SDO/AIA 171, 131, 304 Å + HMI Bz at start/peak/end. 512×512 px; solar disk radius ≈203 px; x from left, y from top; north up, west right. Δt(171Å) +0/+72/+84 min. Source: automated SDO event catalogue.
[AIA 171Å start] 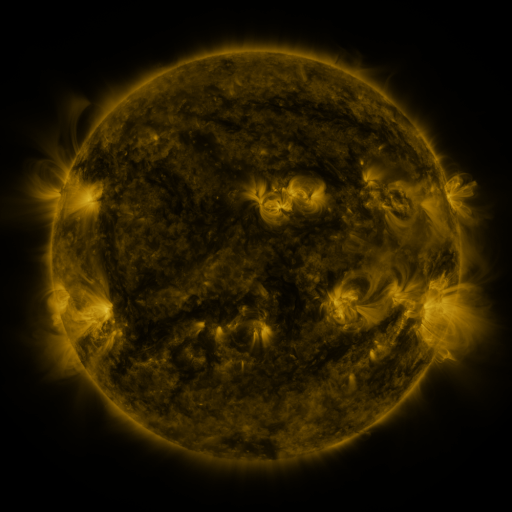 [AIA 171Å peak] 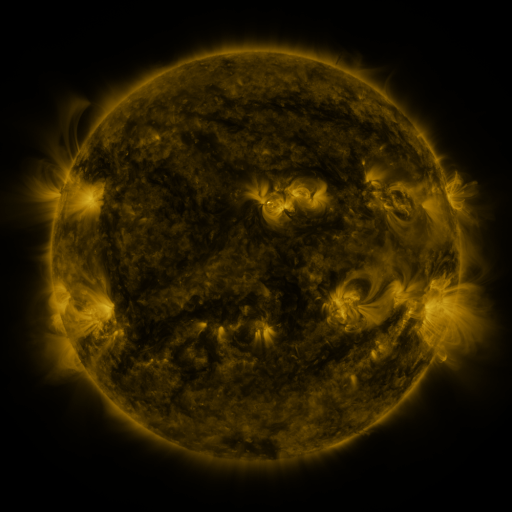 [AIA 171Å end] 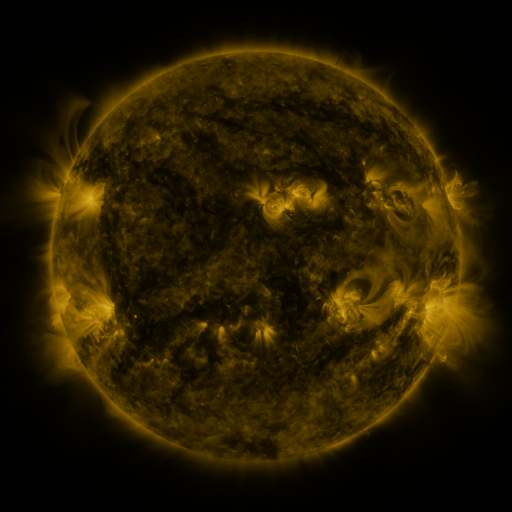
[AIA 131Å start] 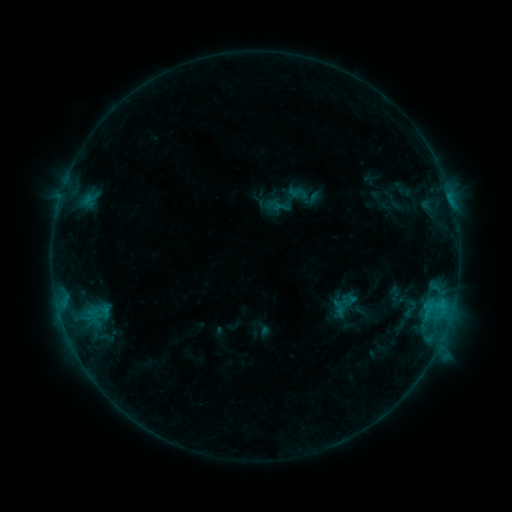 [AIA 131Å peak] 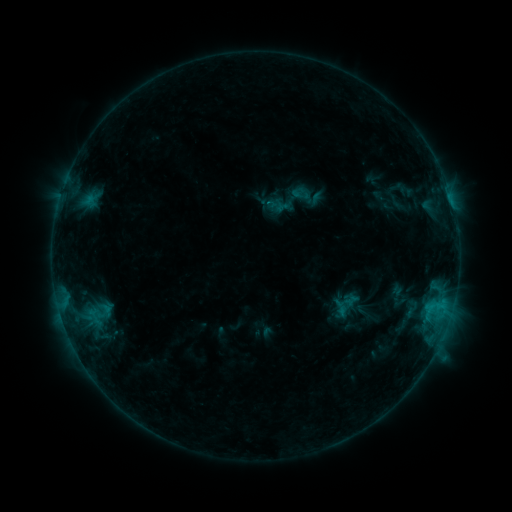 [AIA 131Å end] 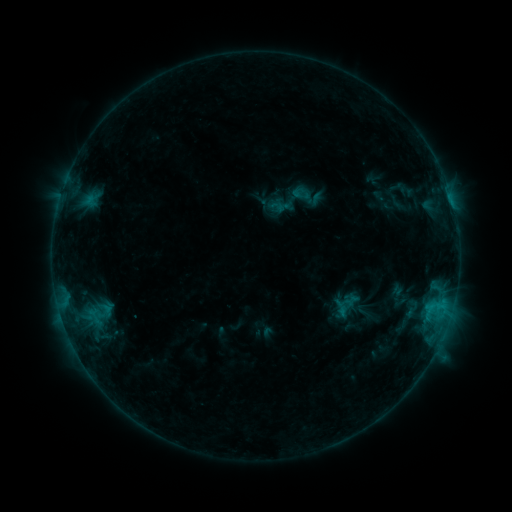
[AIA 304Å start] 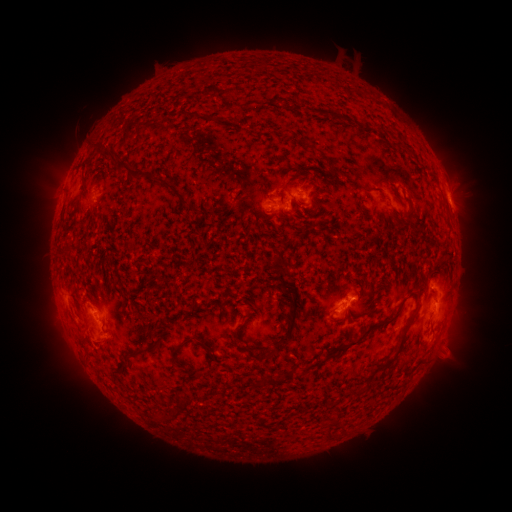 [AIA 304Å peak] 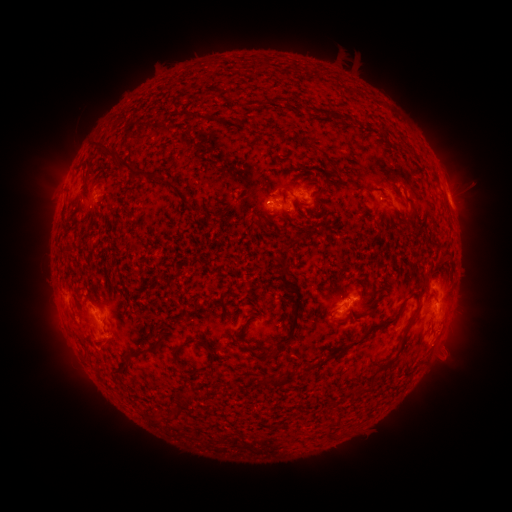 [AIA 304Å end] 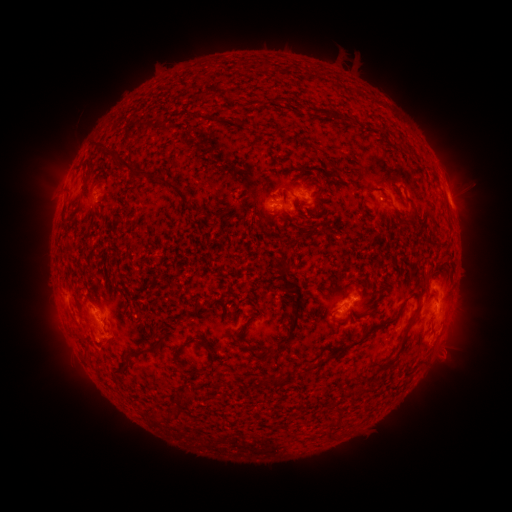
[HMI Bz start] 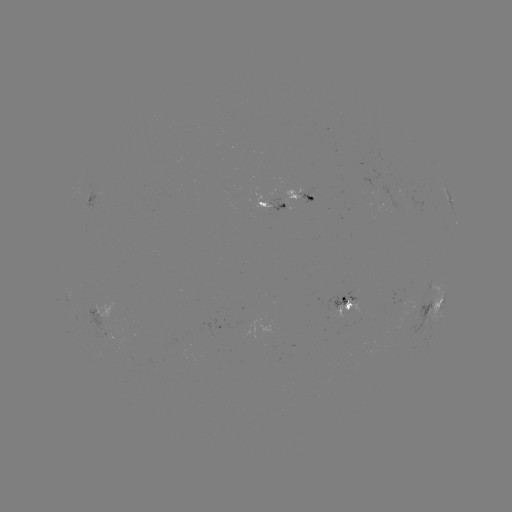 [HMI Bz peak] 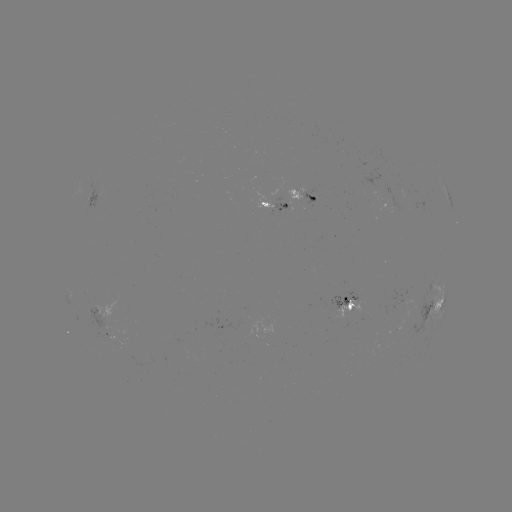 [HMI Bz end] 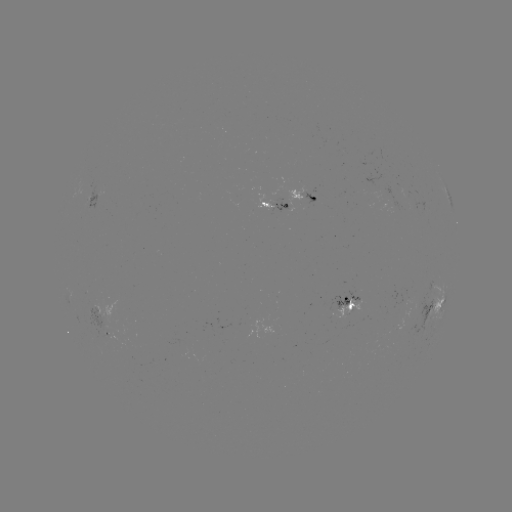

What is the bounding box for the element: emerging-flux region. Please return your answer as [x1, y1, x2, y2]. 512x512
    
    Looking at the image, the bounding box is [255, 193, 273, 212].